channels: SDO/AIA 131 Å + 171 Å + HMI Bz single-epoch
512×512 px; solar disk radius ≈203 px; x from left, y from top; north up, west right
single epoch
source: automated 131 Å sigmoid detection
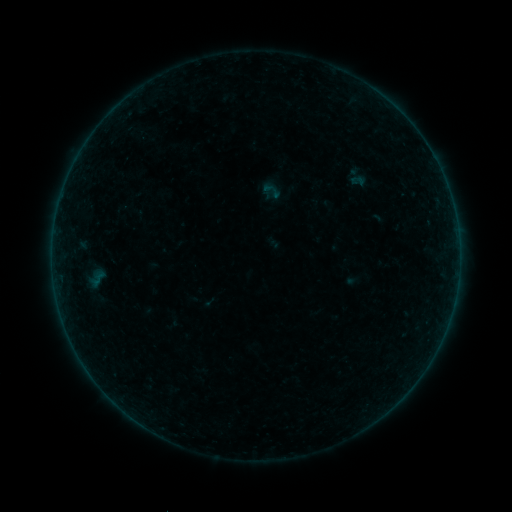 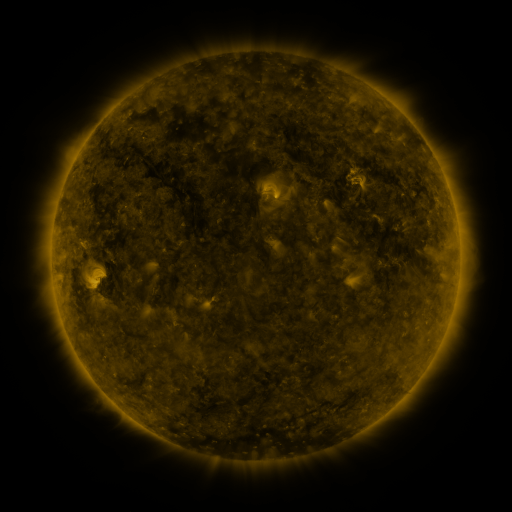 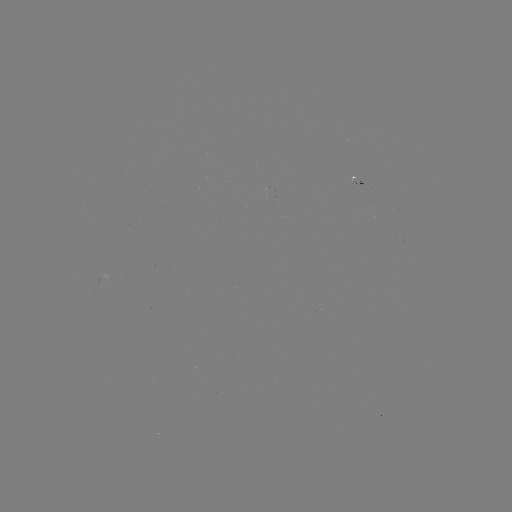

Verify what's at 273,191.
sigmoid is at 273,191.